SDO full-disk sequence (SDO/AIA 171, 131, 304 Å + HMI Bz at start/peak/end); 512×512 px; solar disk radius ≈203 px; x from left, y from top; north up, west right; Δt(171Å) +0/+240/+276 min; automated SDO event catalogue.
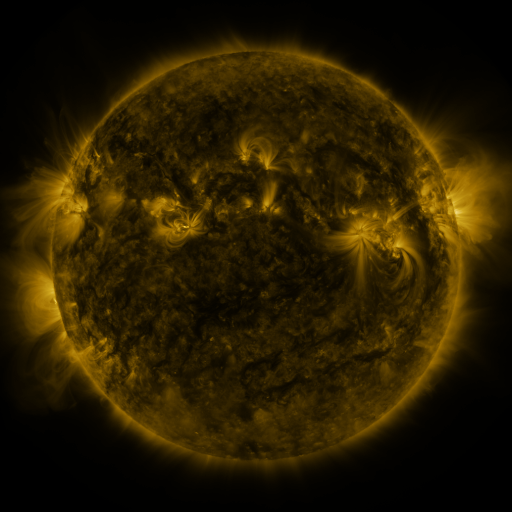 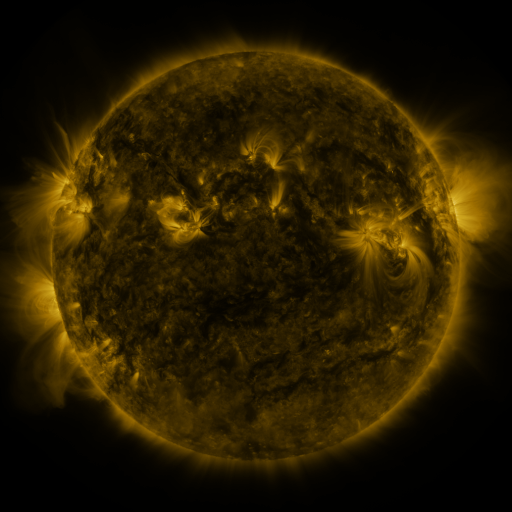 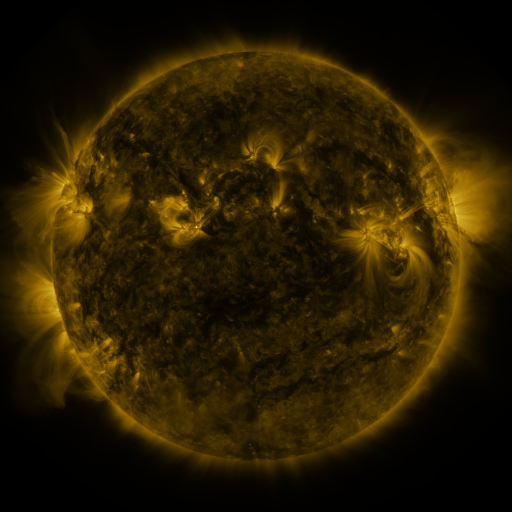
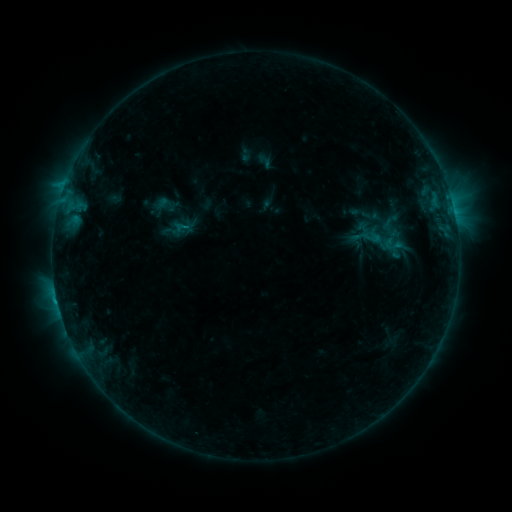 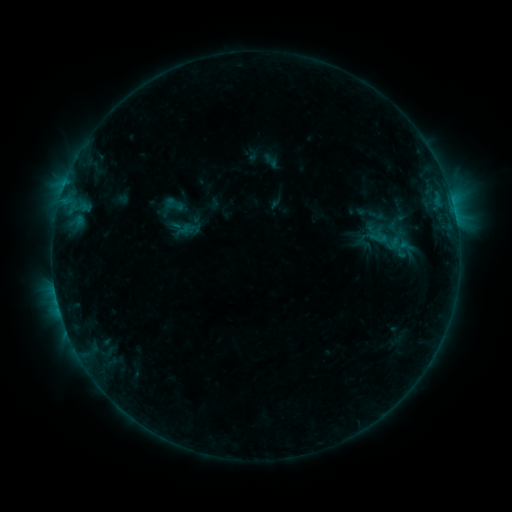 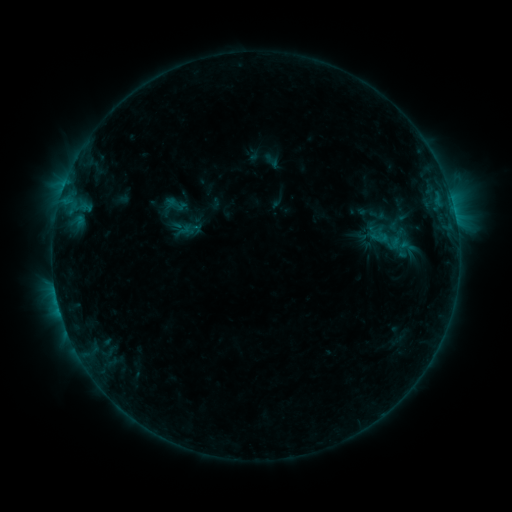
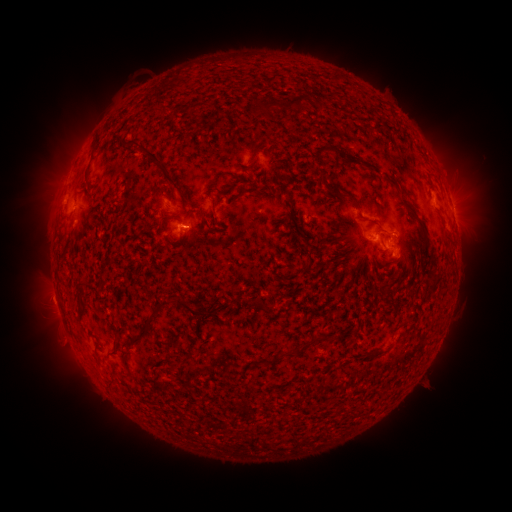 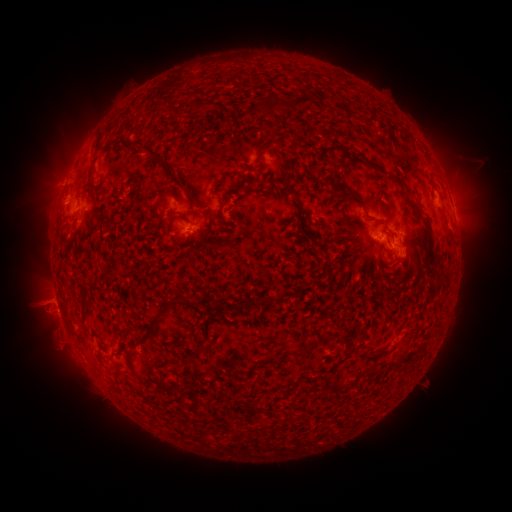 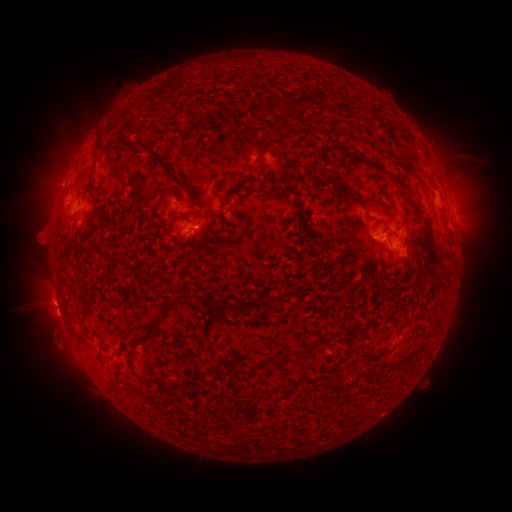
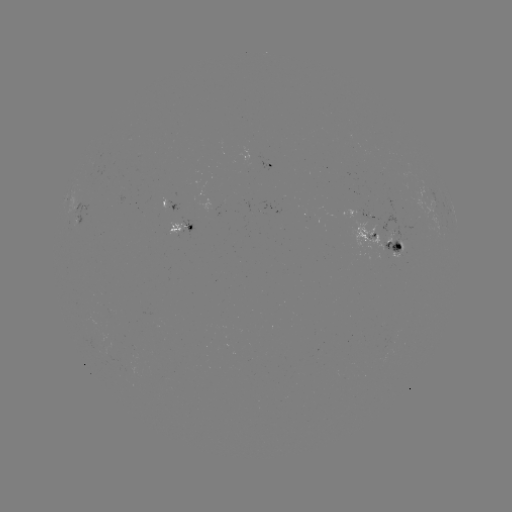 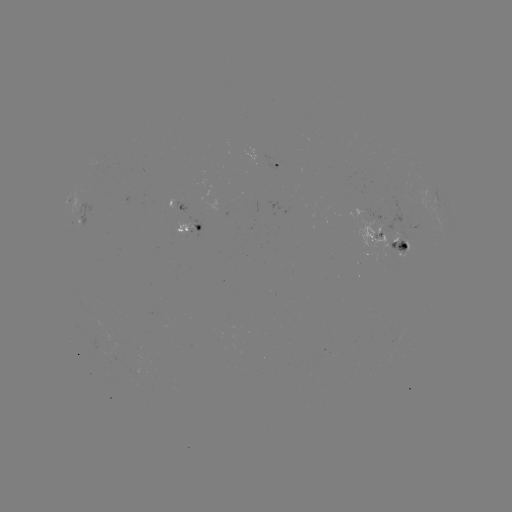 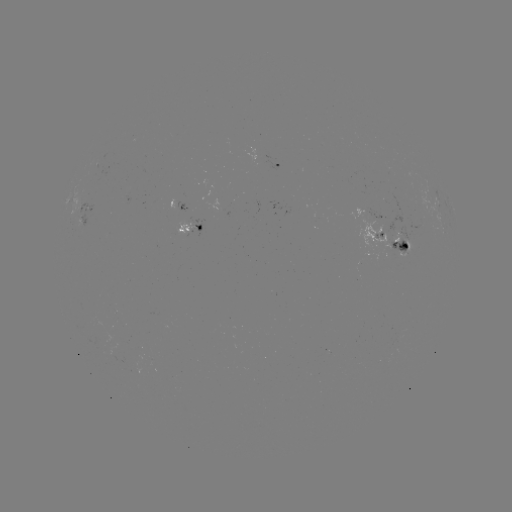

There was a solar emerging-flux region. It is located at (393, 237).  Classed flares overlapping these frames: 1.